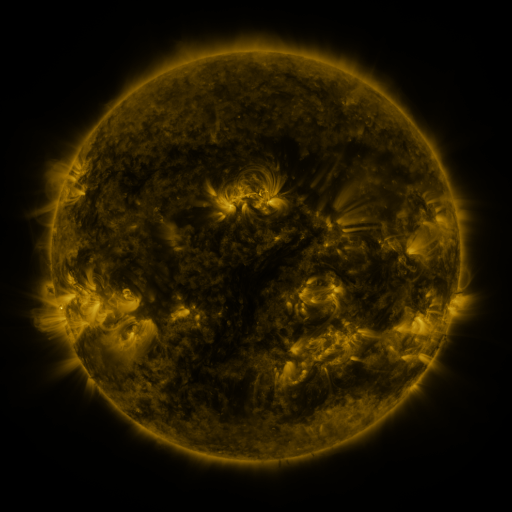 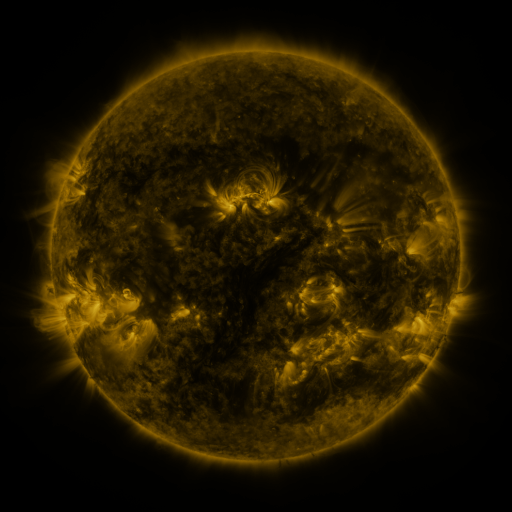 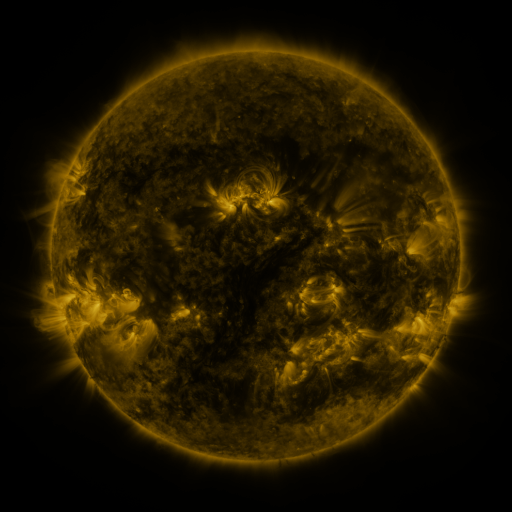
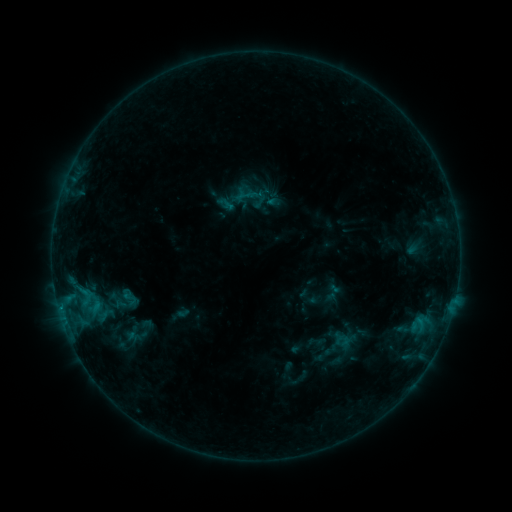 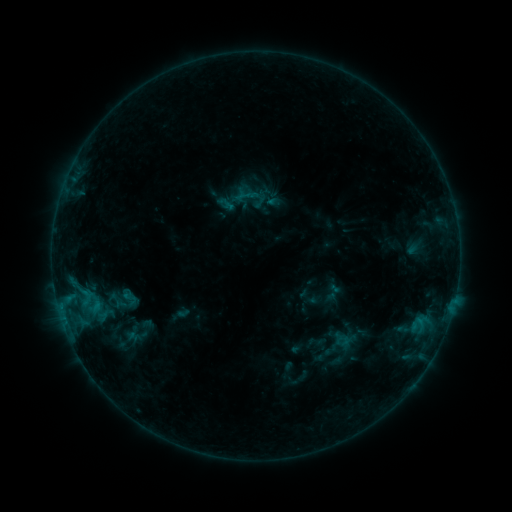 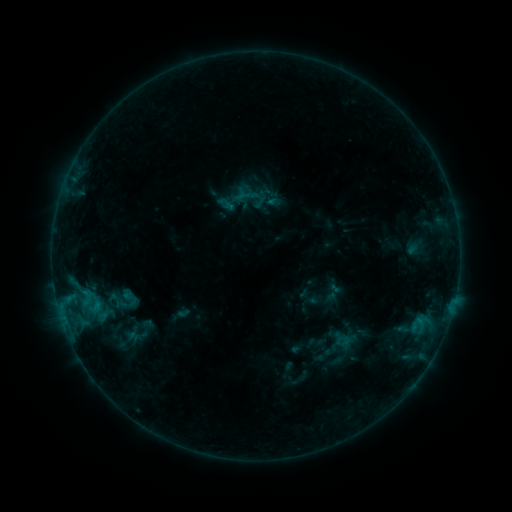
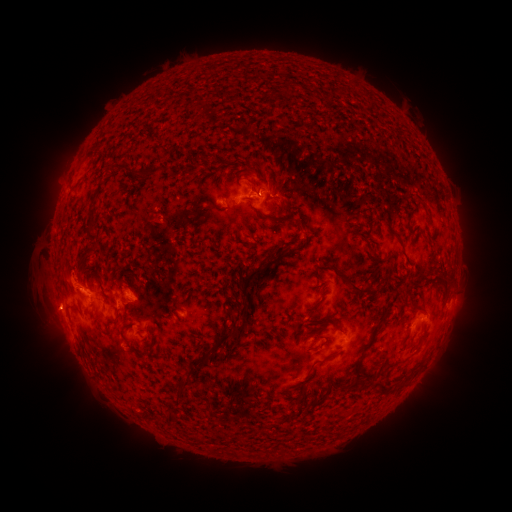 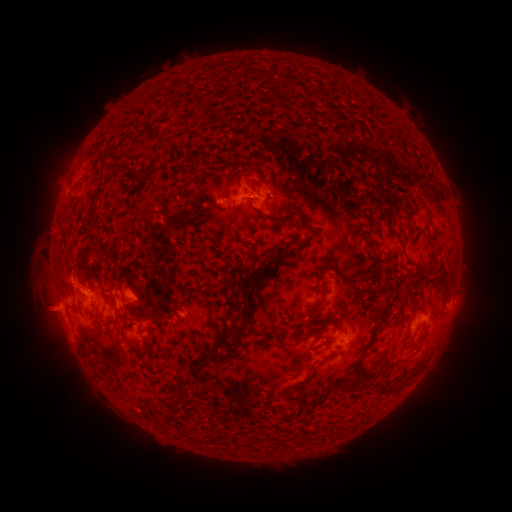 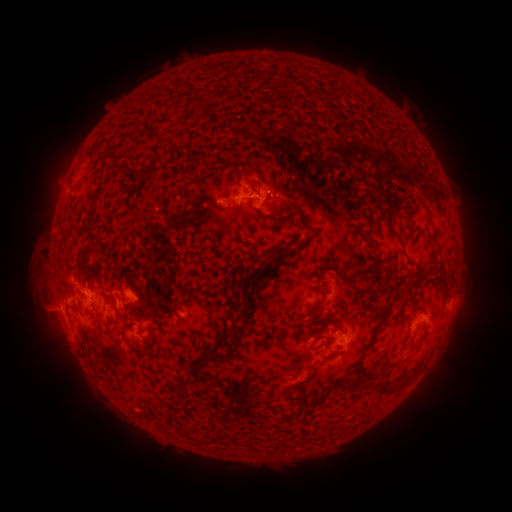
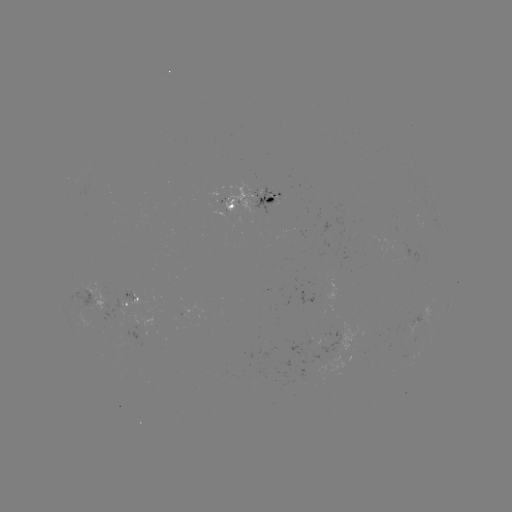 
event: eruption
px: (44, 311)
